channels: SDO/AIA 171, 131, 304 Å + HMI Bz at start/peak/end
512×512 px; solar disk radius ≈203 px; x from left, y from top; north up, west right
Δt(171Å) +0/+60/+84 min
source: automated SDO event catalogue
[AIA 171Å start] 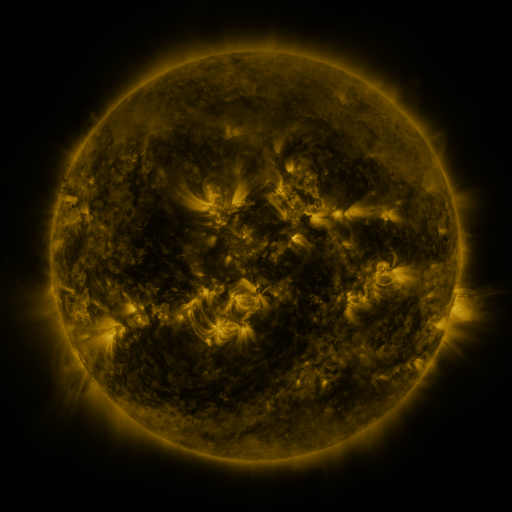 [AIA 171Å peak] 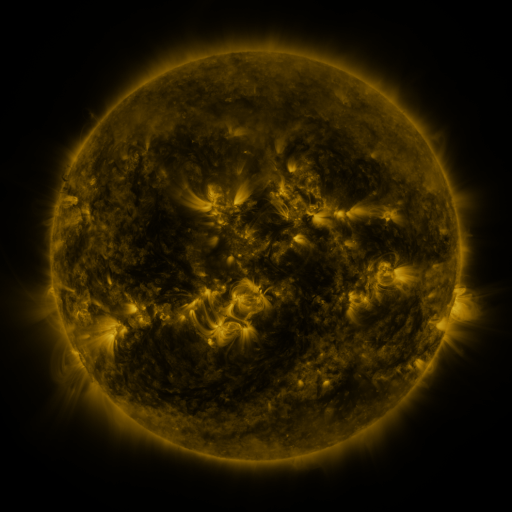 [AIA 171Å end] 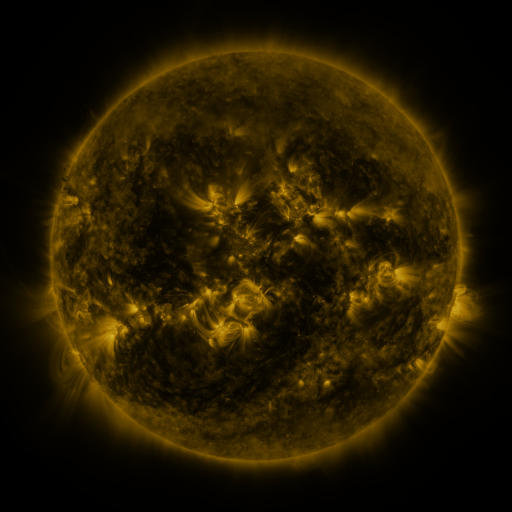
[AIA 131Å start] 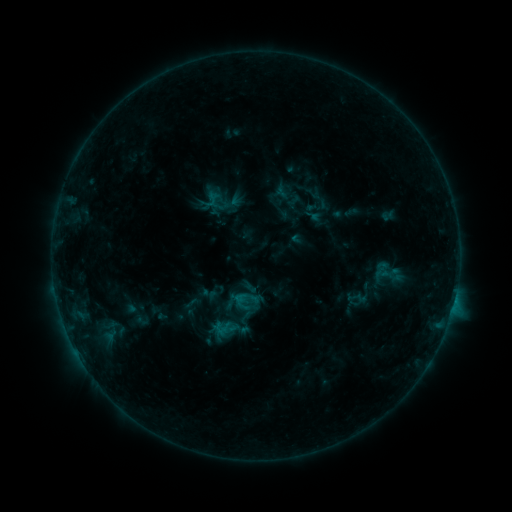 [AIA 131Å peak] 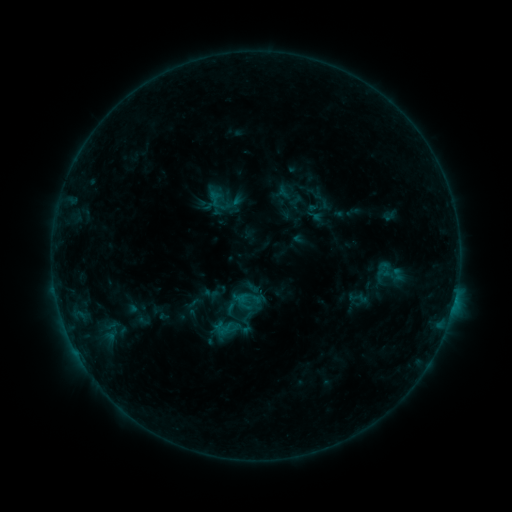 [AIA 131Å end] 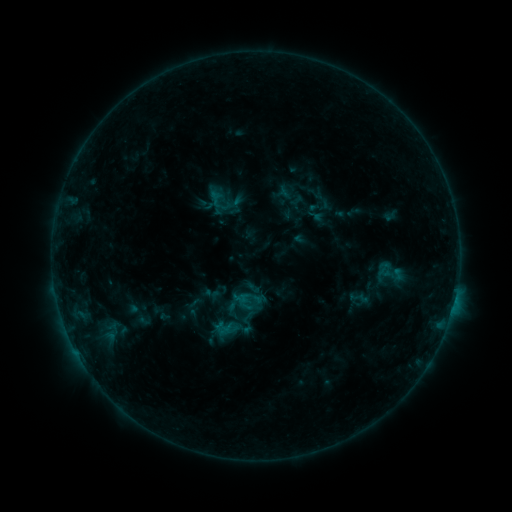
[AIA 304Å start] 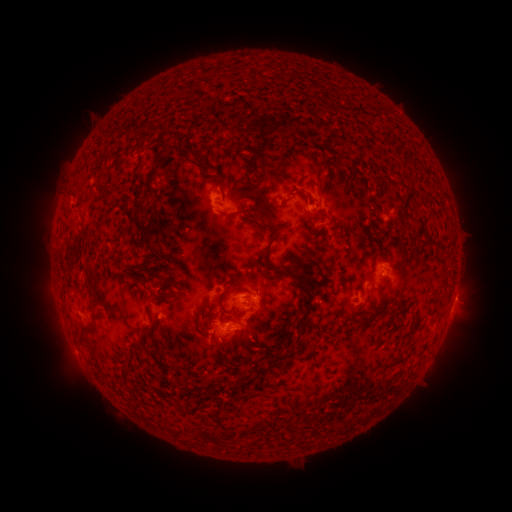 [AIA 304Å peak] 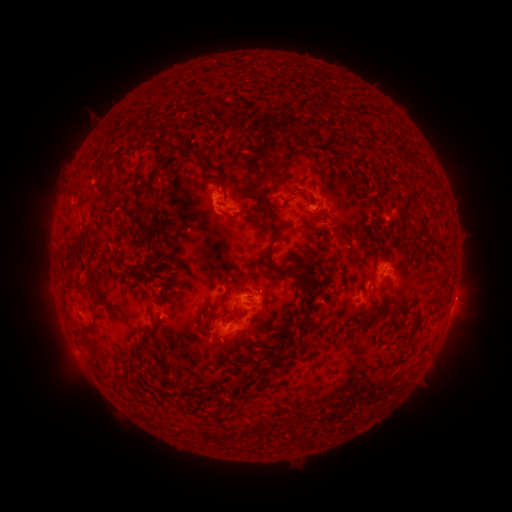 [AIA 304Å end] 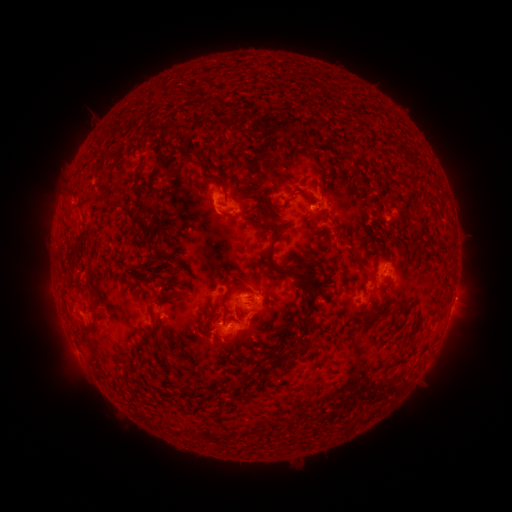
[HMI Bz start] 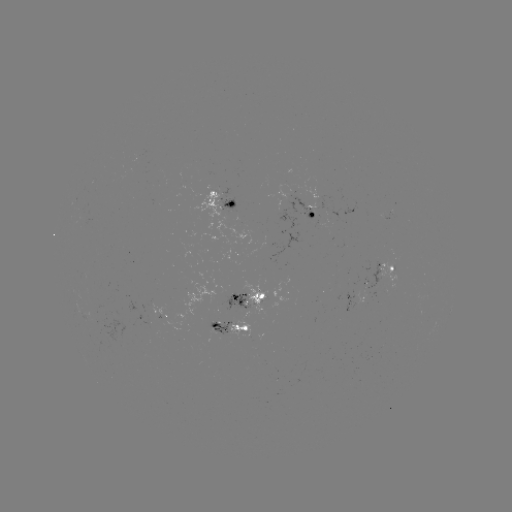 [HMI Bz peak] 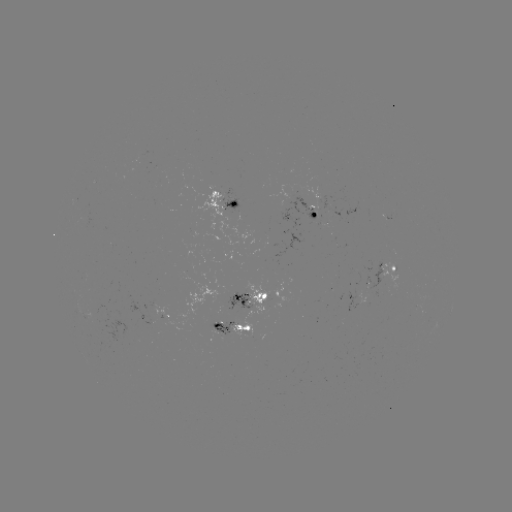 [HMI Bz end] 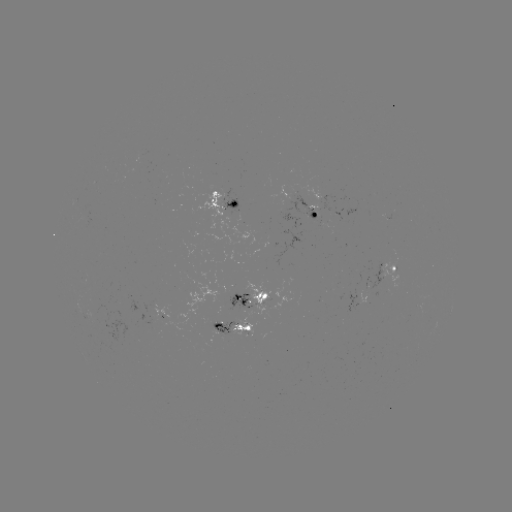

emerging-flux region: <bbox>272, 197, 317, 280</bbox>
